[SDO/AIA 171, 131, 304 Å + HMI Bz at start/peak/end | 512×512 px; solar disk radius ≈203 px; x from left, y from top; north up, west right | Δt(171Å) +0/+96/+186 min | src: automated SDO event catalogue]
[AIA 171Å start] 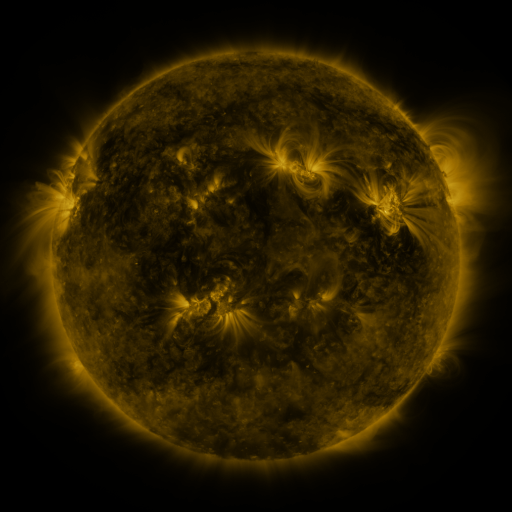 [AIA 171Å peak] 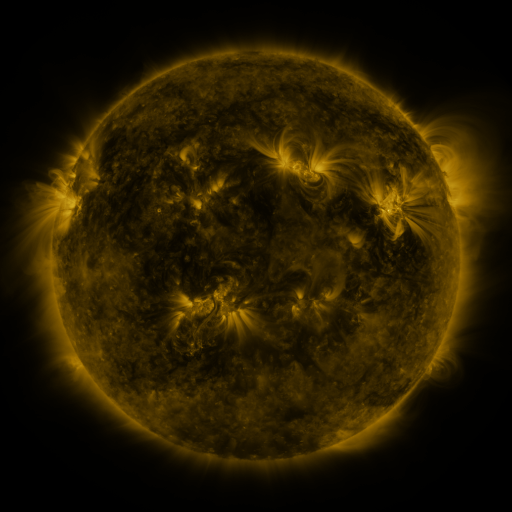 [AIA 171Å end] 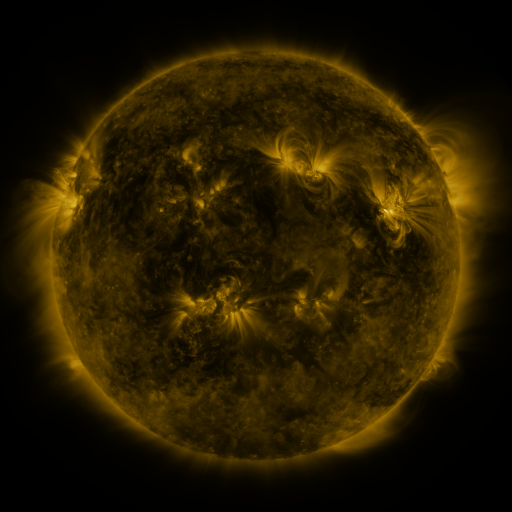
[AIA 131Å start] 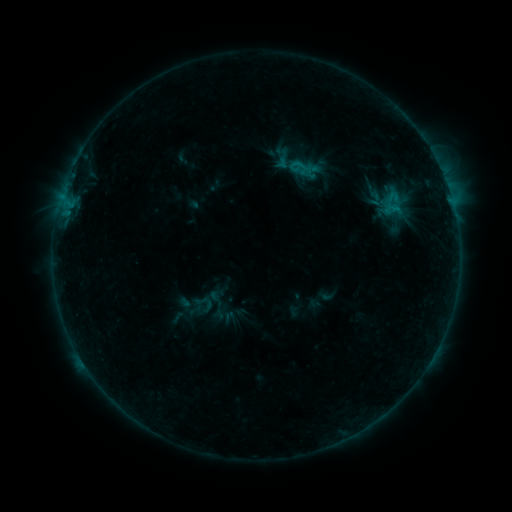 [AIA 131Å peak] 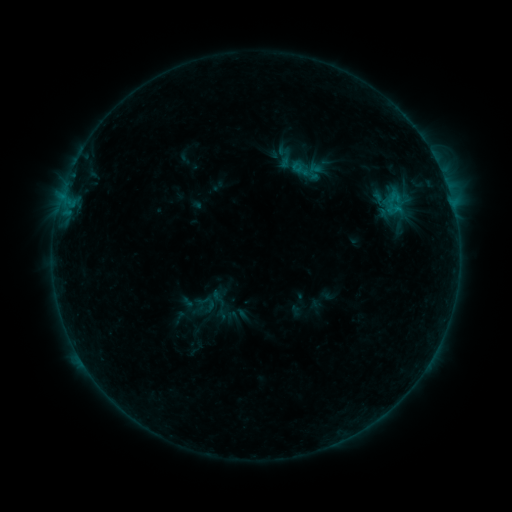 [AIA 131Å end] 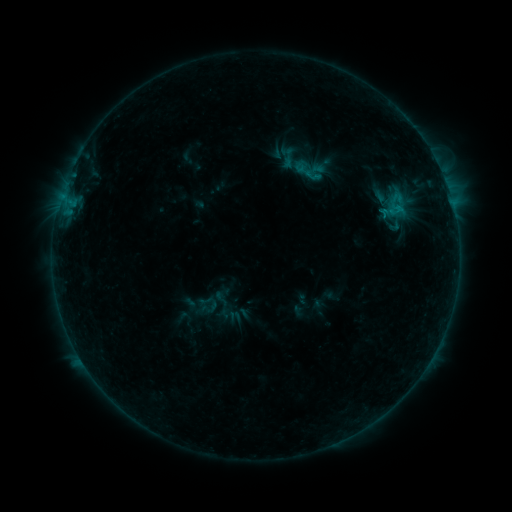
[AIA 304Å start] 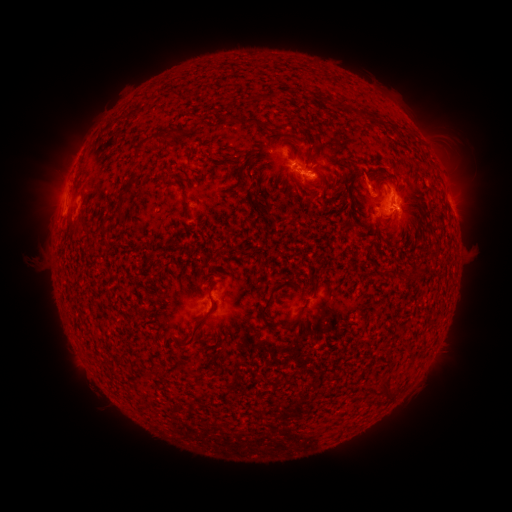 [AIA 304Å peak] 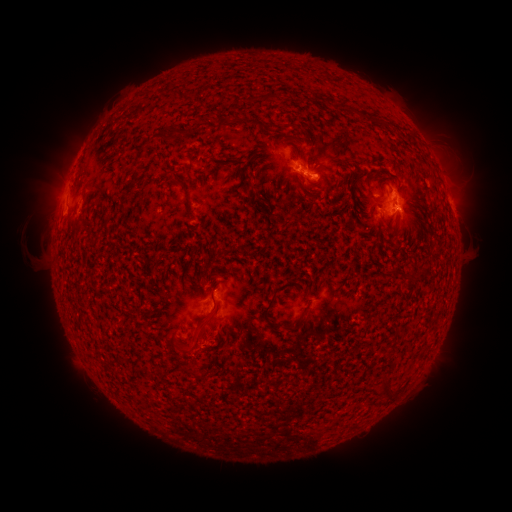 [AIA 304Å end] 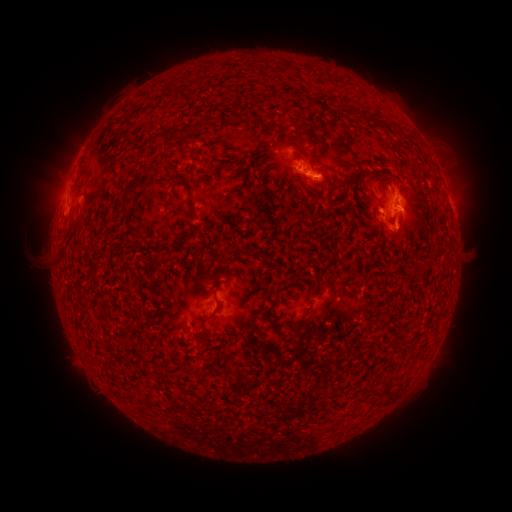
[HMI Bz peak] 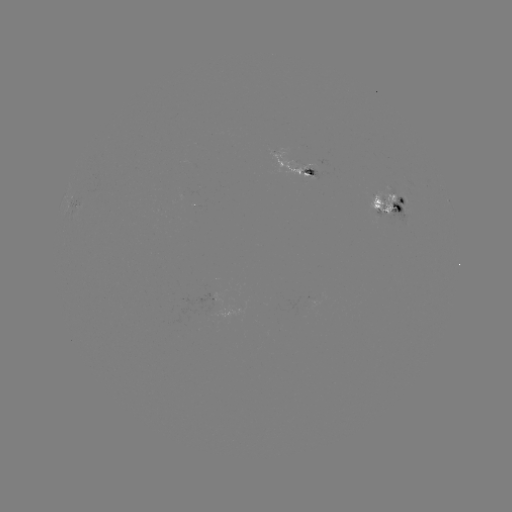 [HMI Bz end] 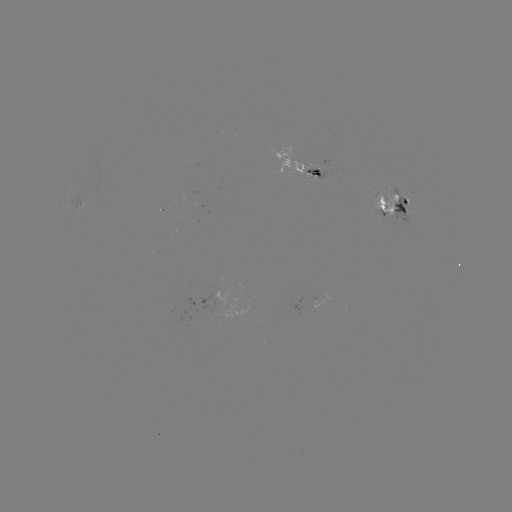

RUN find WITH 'emerging-flux region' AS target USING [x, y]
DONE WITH [314, 175] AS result